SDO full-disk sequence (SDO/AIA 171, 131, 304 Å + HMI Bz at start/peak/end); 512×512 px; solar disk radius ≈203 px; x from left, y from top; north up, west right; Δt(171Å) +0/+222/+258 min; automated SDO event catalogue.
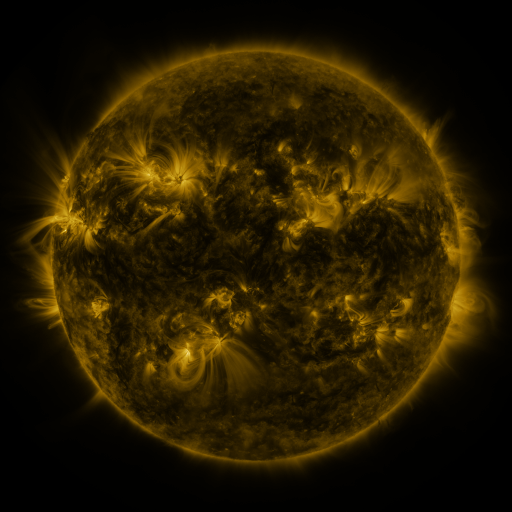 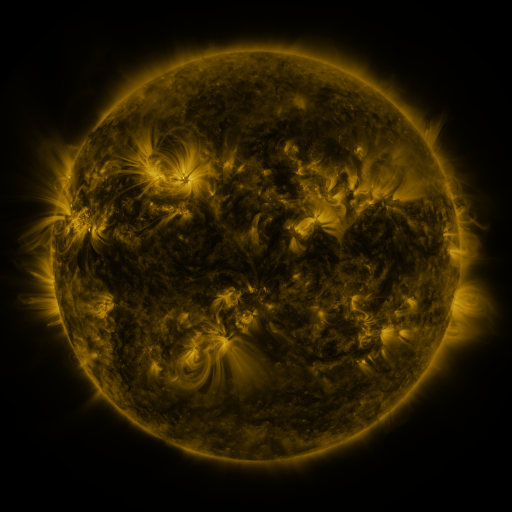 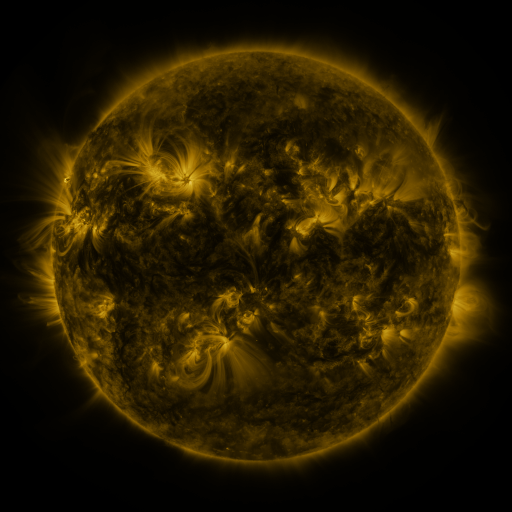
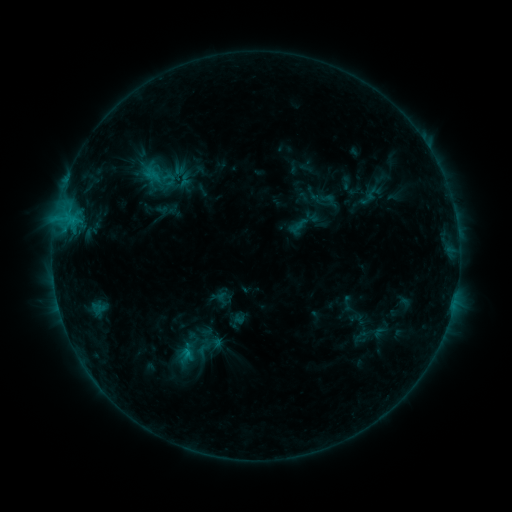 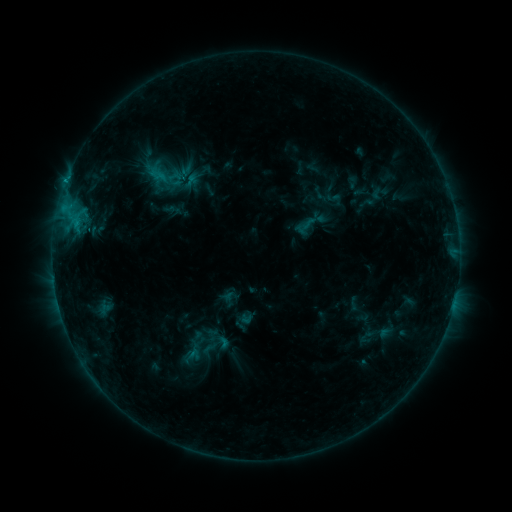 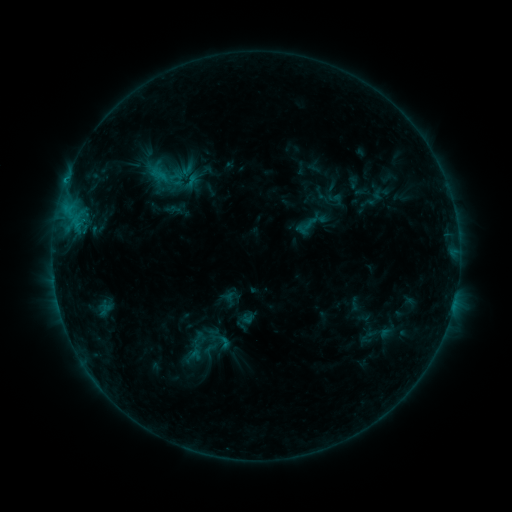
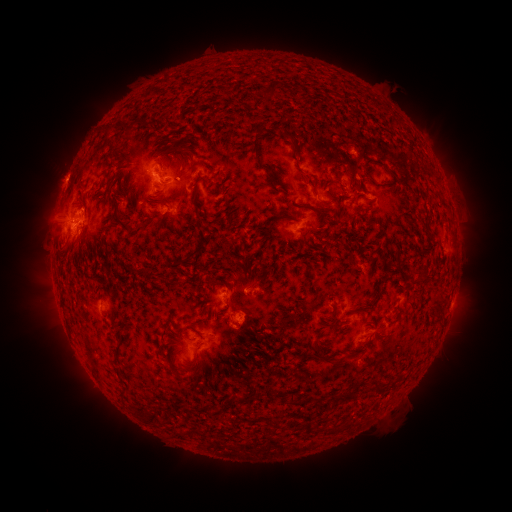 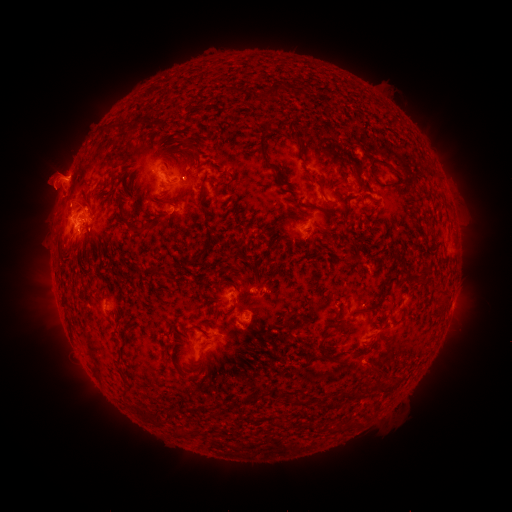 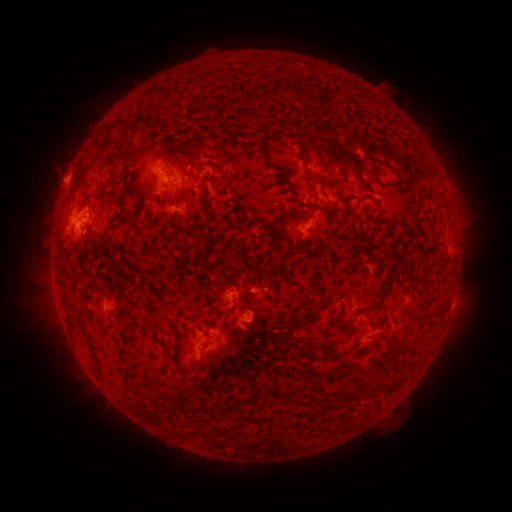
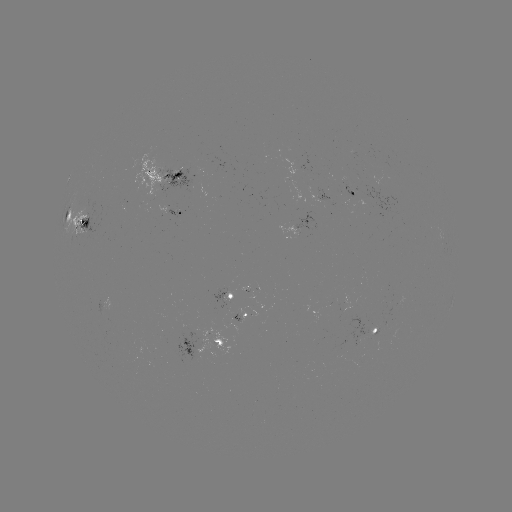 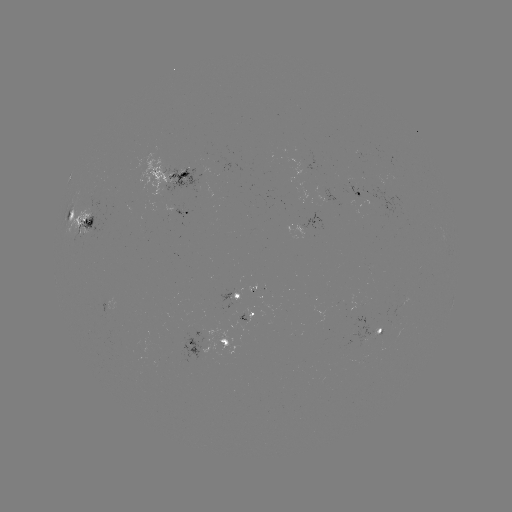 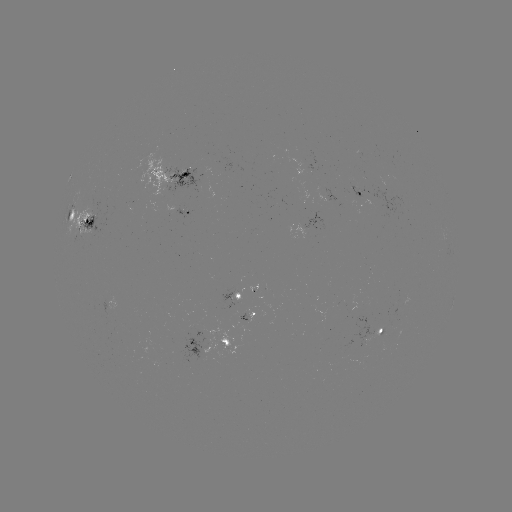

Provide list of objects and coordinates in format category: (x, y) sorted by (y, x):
emerging-flux region: (89, 218)
